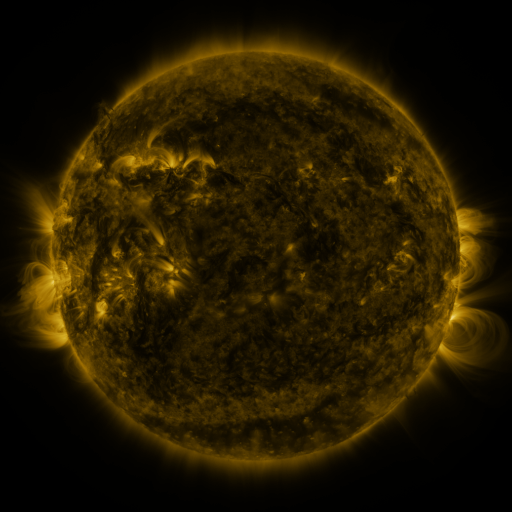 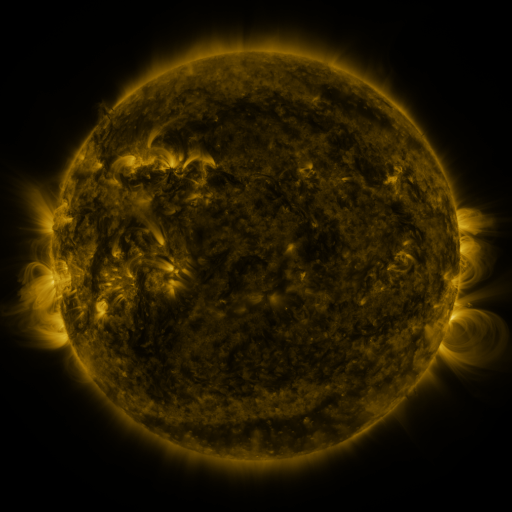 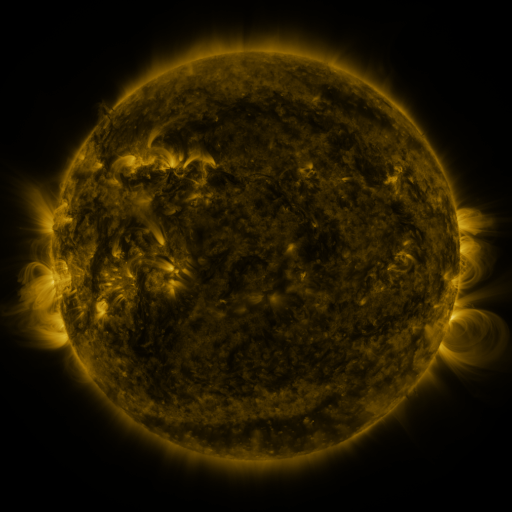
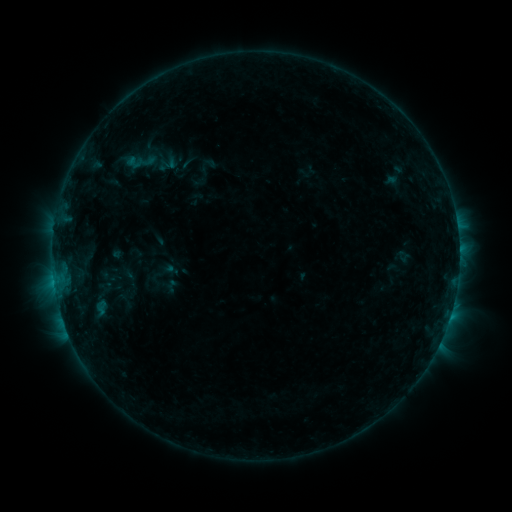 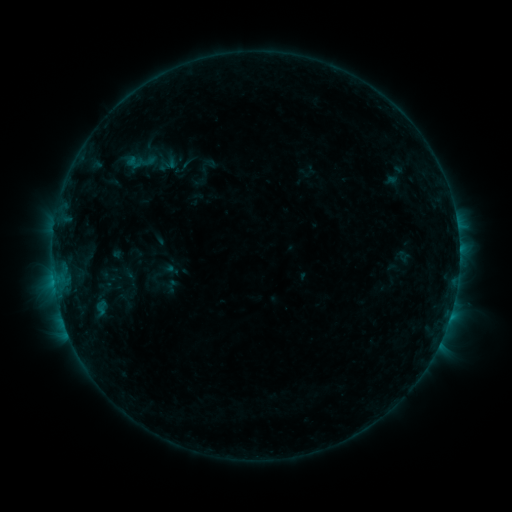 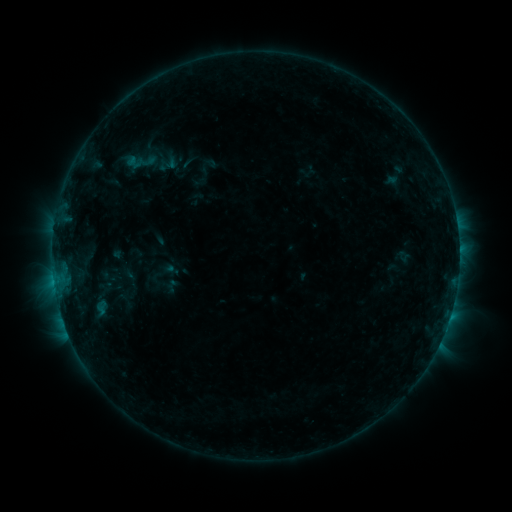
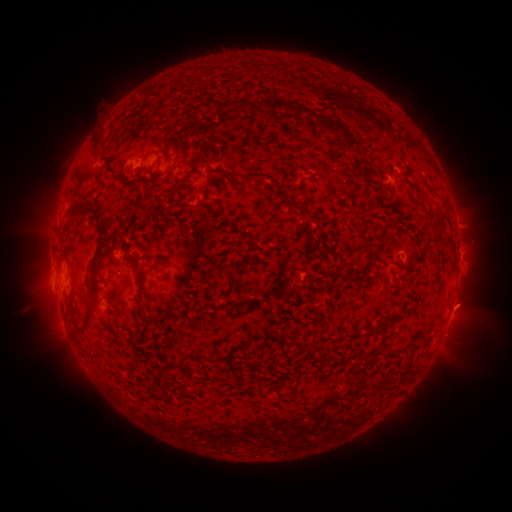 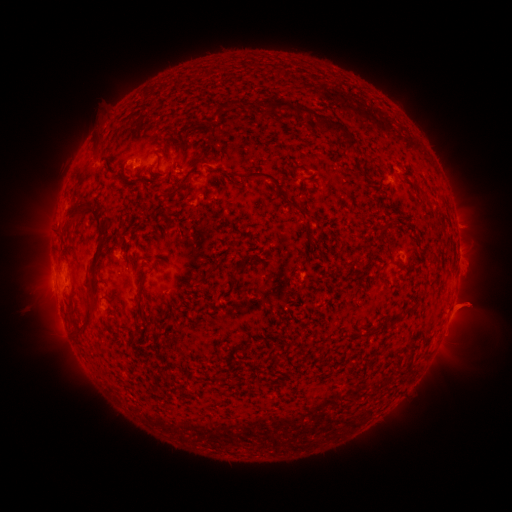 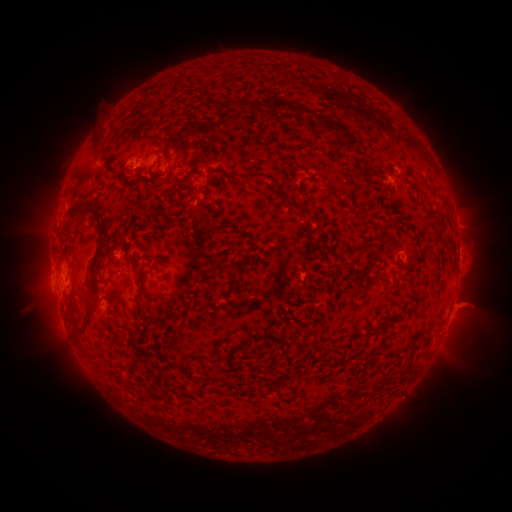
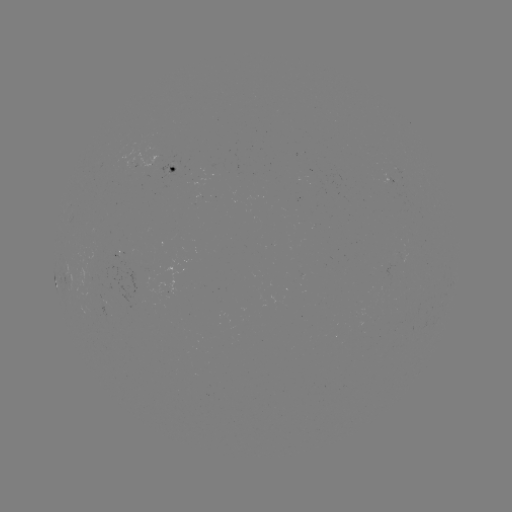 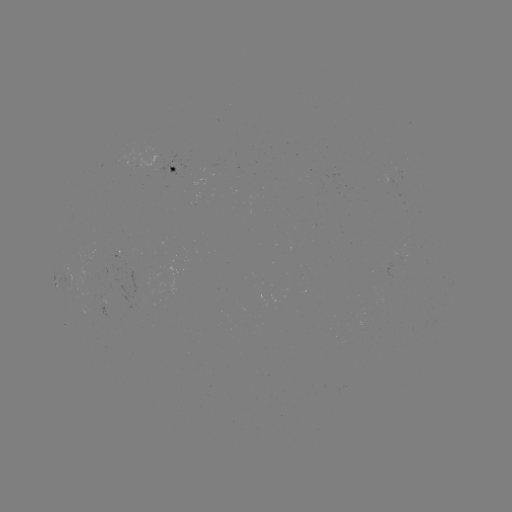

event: eruption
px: (470, 306)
